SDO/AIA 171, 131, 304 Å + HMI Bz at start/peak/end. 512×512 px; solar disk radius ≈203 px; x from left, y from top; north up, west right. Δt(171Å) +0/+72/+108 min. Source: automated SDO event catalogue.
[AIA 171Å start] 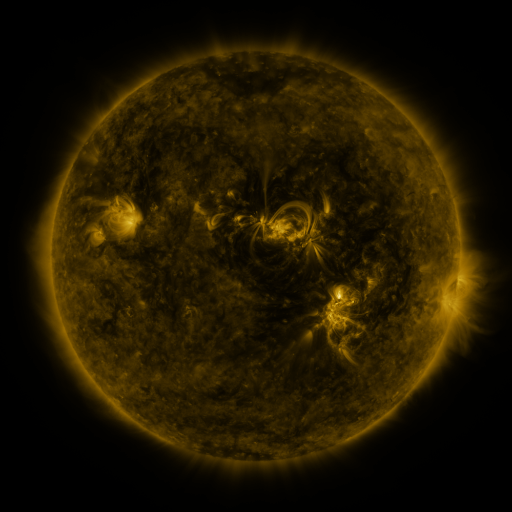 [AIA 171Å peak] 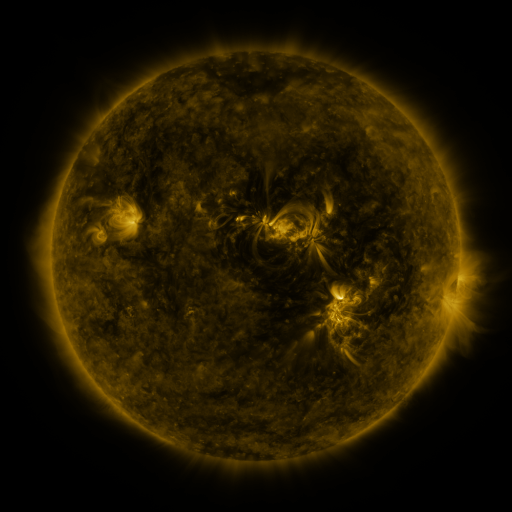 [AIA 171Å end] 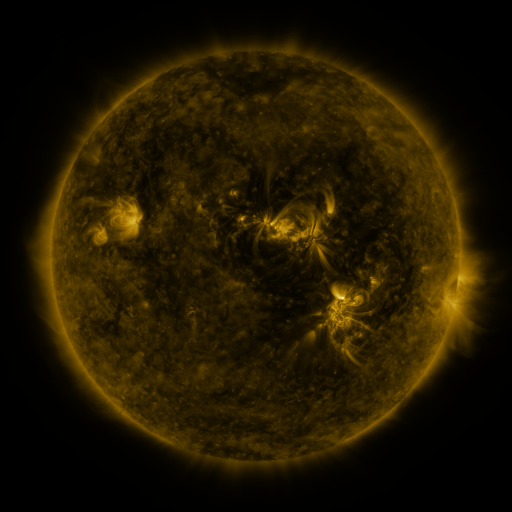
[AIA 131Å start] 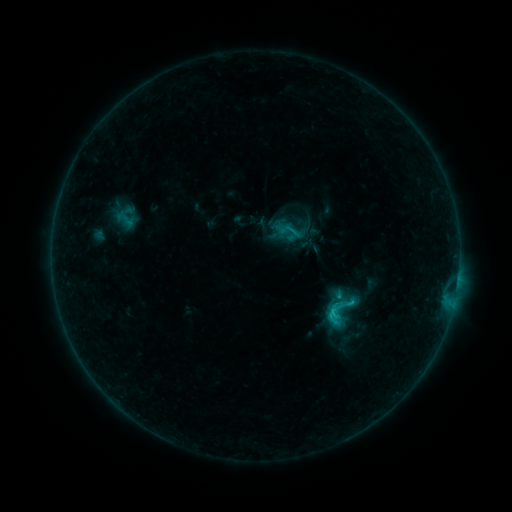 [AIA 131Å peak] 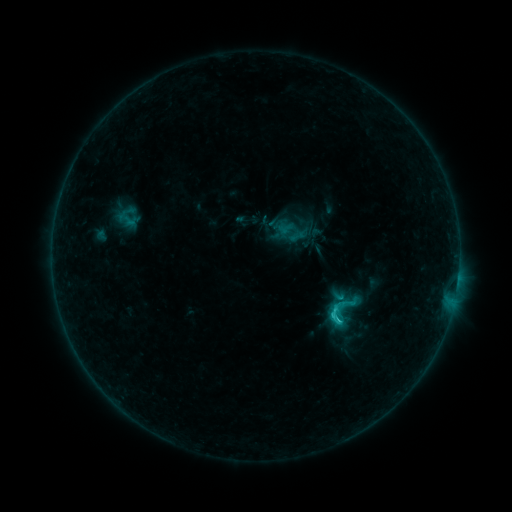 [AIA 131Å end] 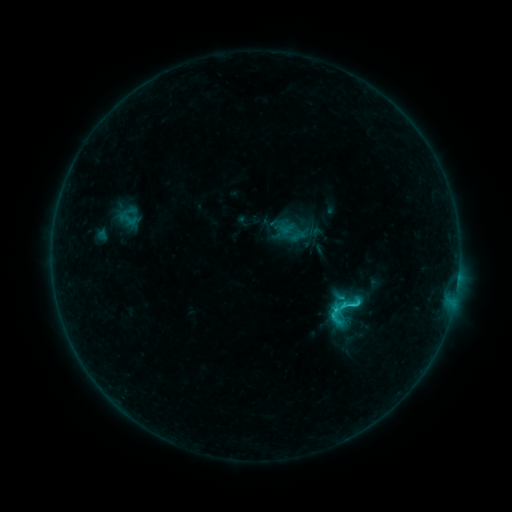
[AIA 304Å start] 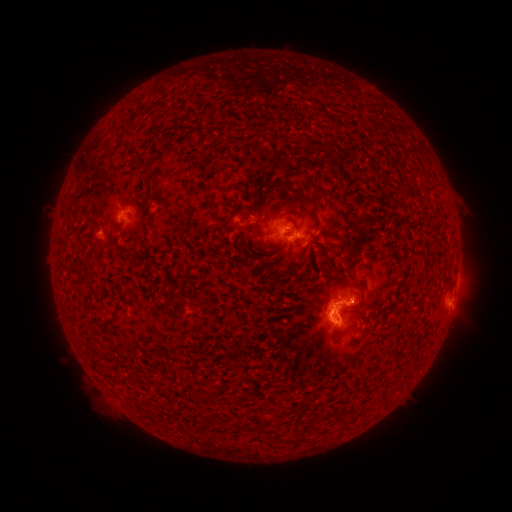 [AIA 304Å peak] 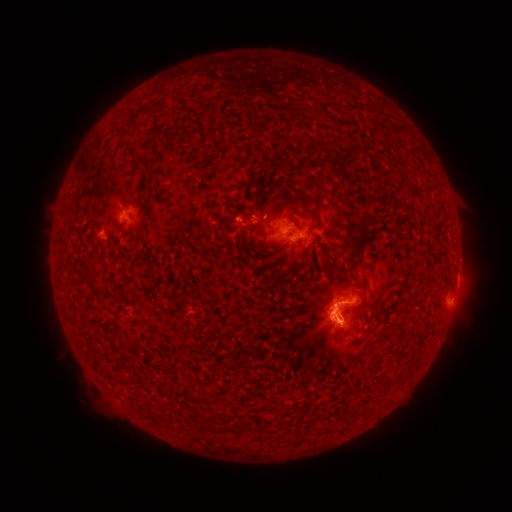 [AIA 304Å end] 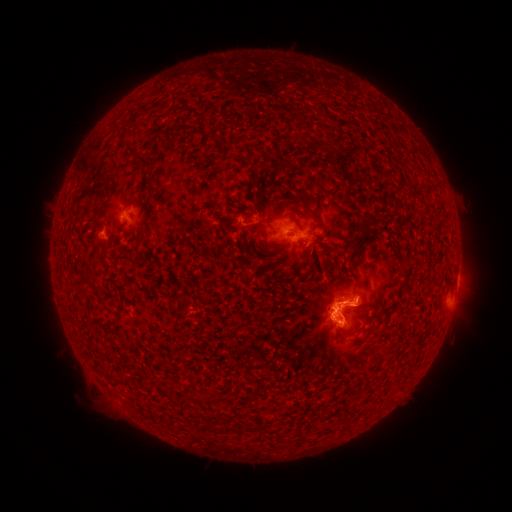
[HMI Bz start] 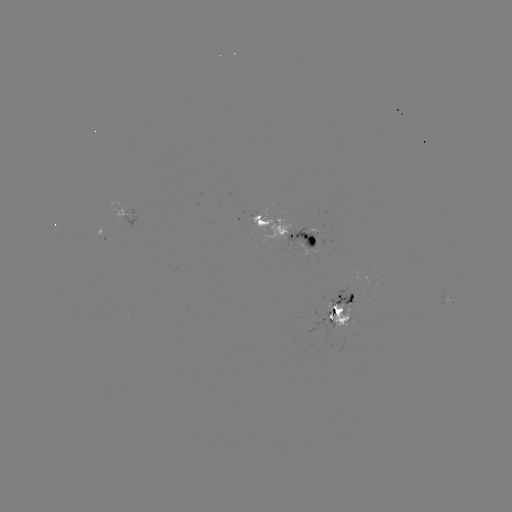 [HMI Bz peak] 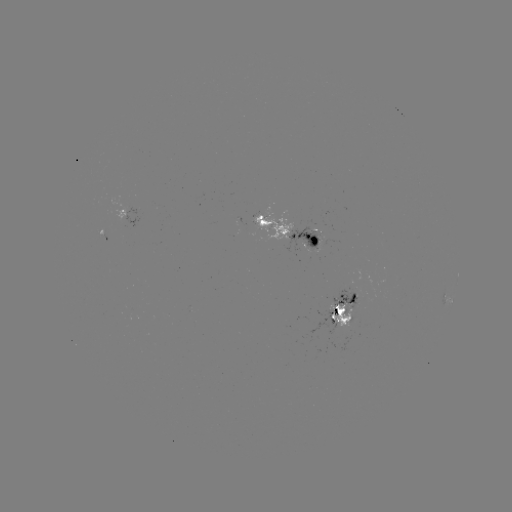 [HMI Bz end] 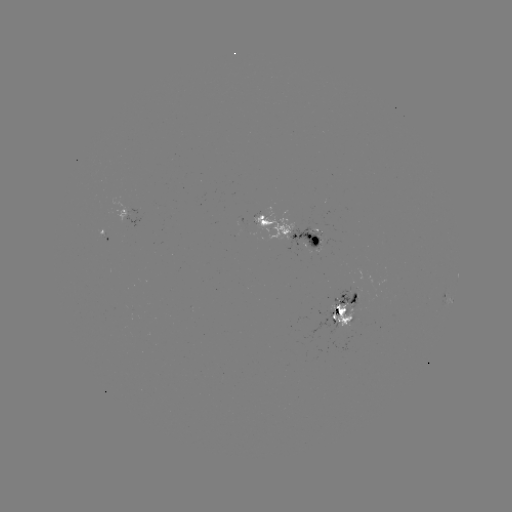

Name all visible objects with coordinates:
emerging-flux region: (105, 238)
